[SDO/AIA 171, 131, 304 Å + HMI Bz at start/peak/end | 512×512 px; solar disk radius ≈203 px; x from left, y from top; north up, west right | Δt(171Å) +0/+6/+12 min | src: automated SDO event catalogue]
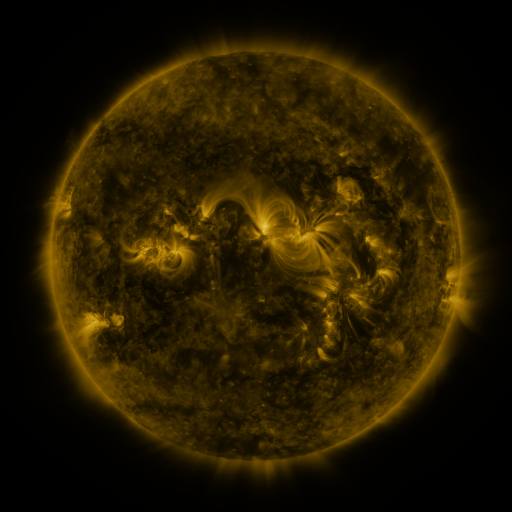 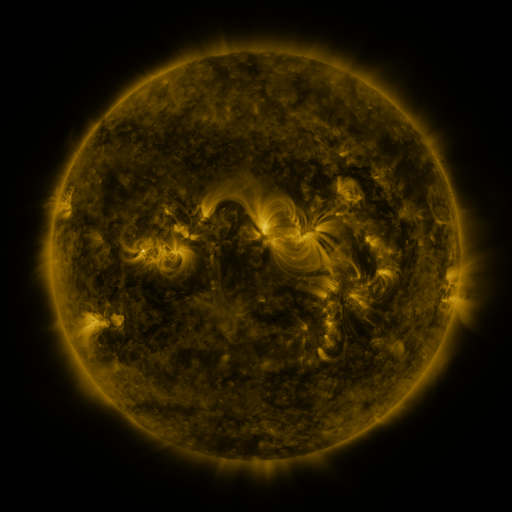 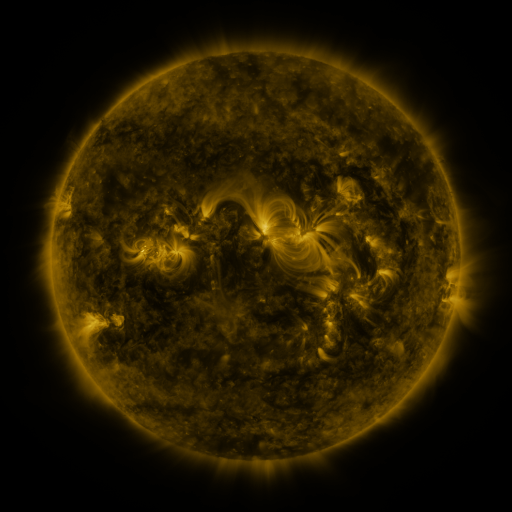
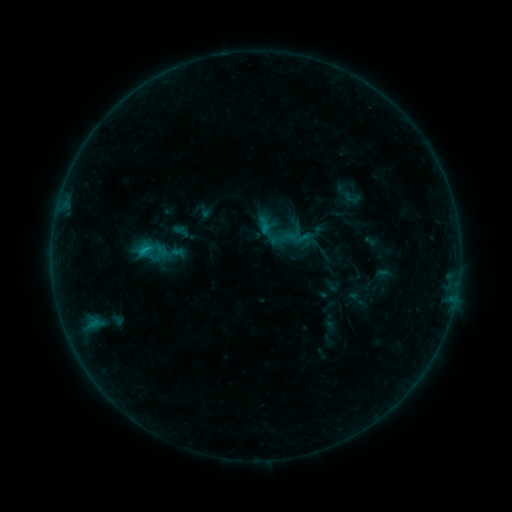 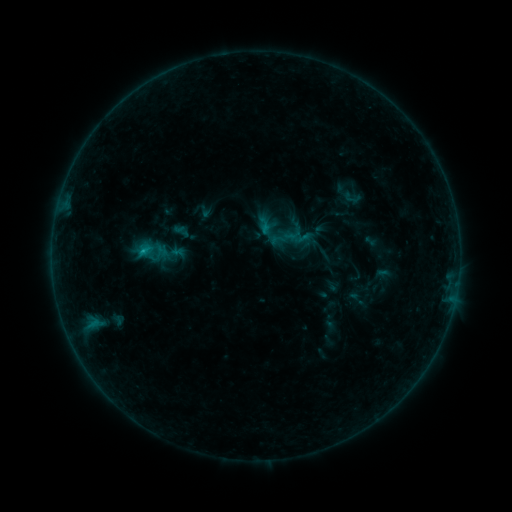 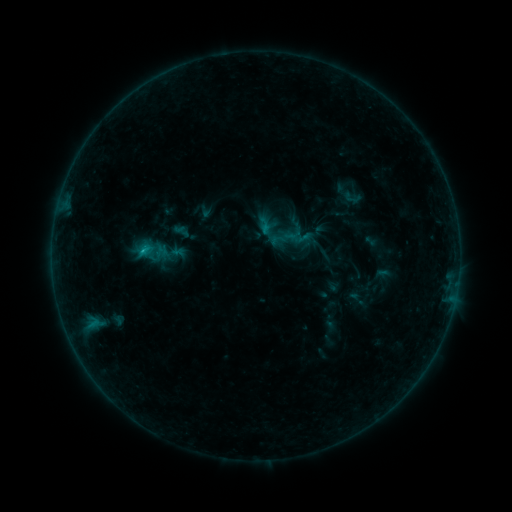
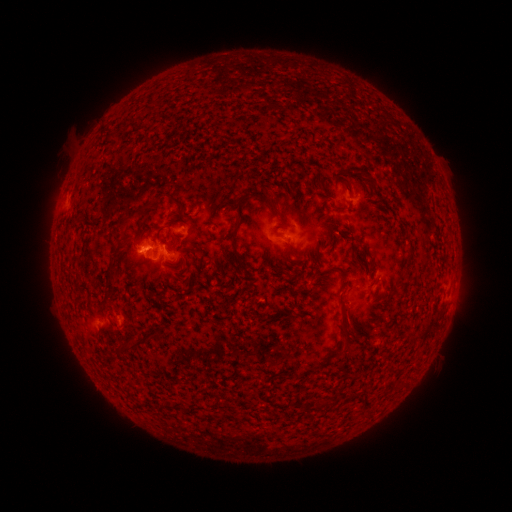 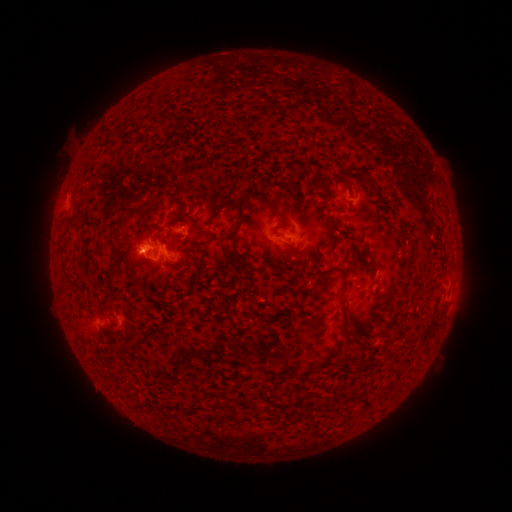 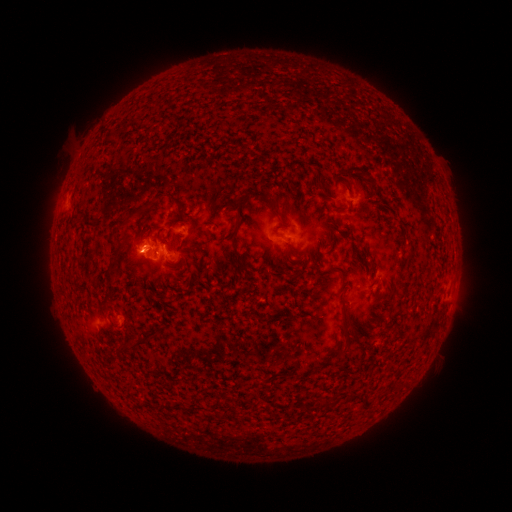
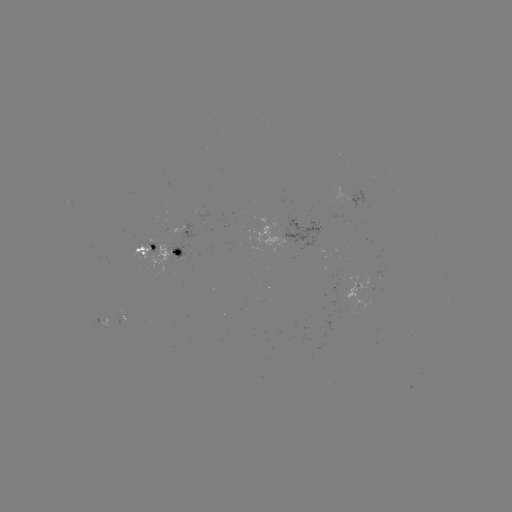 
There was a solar flare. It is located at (145, 251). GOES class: B7.7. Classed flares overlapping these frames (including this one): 1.